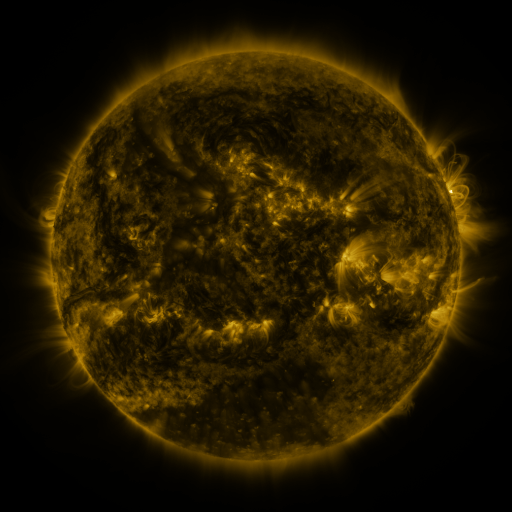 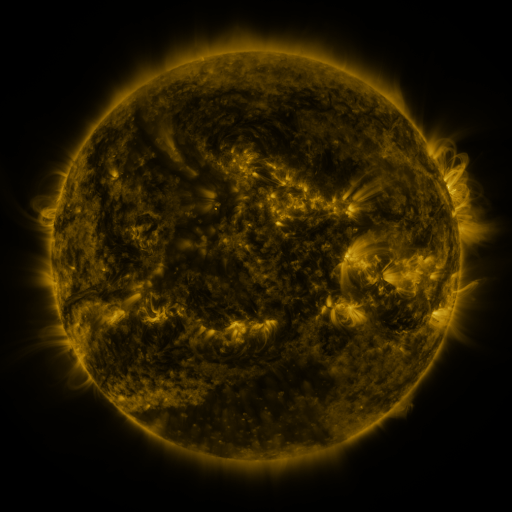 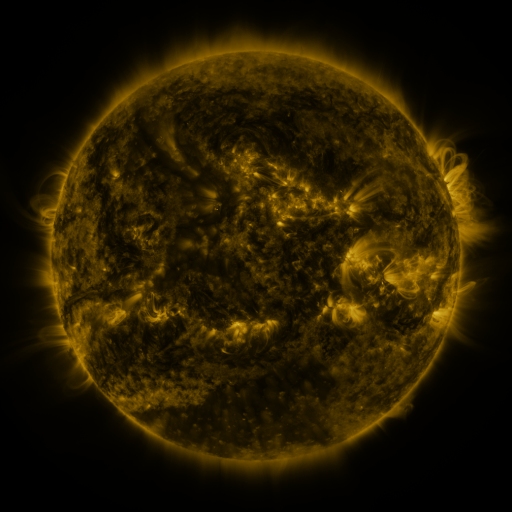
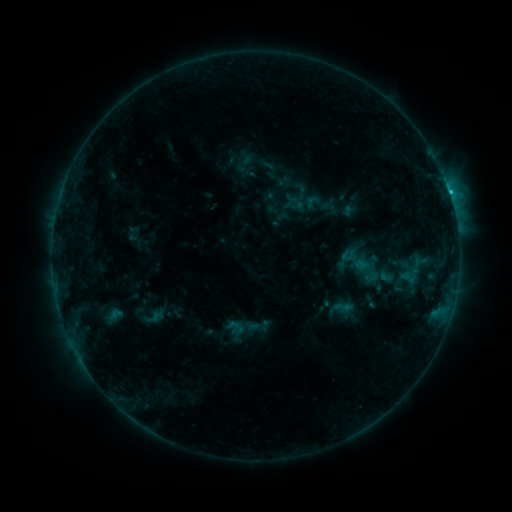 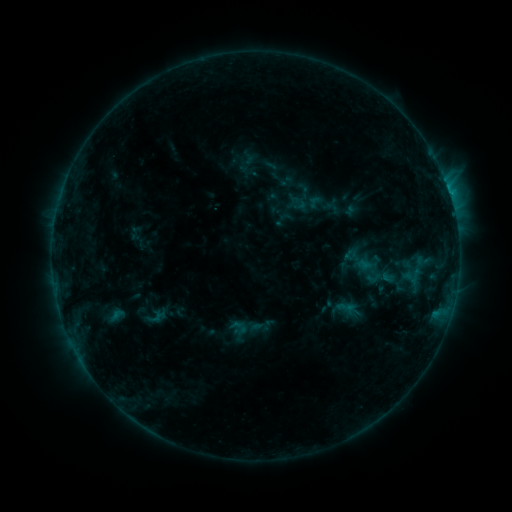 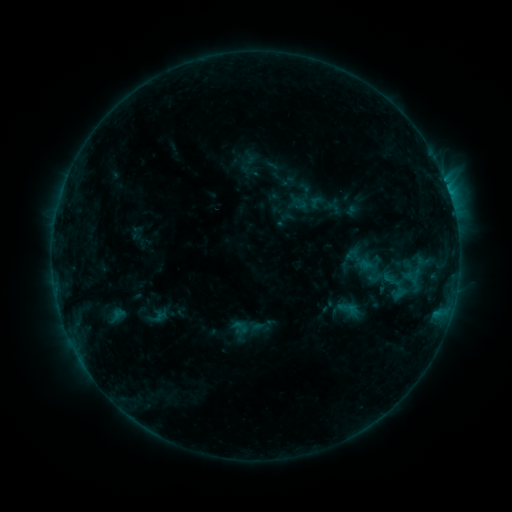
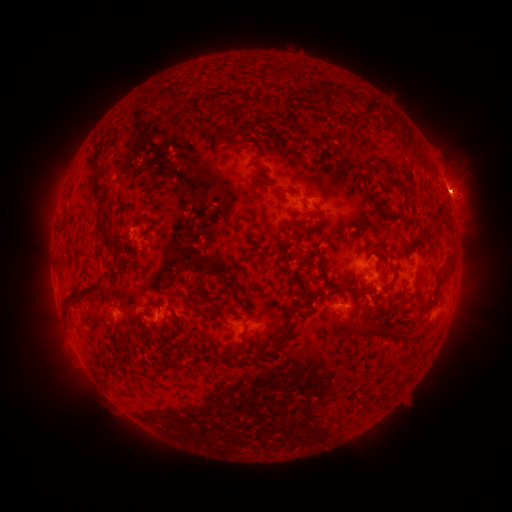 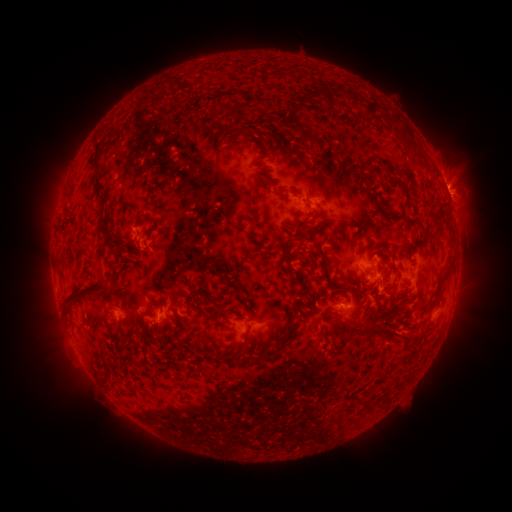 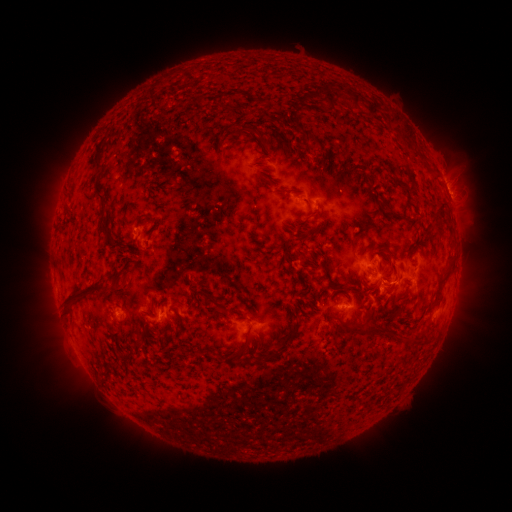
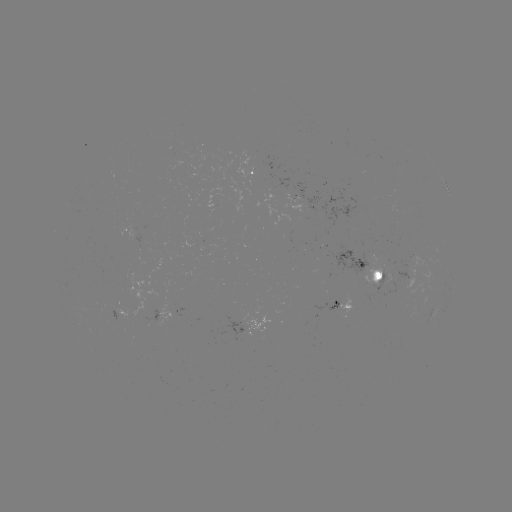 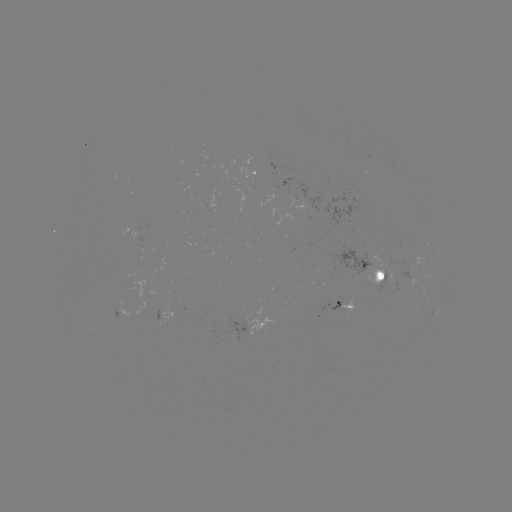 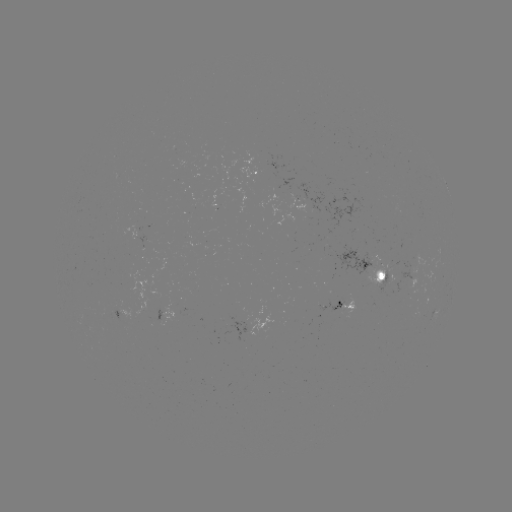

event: emerging-flux region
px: (397, 275)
